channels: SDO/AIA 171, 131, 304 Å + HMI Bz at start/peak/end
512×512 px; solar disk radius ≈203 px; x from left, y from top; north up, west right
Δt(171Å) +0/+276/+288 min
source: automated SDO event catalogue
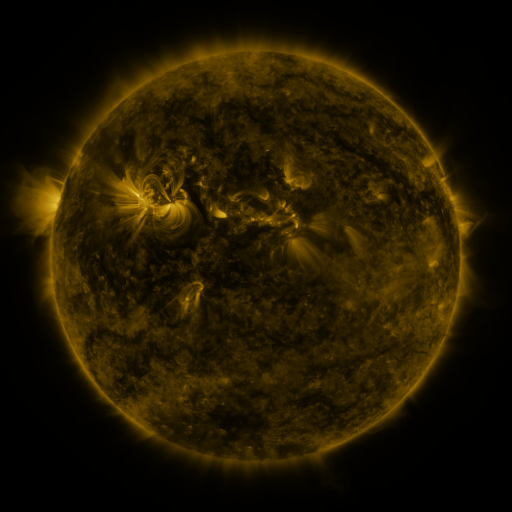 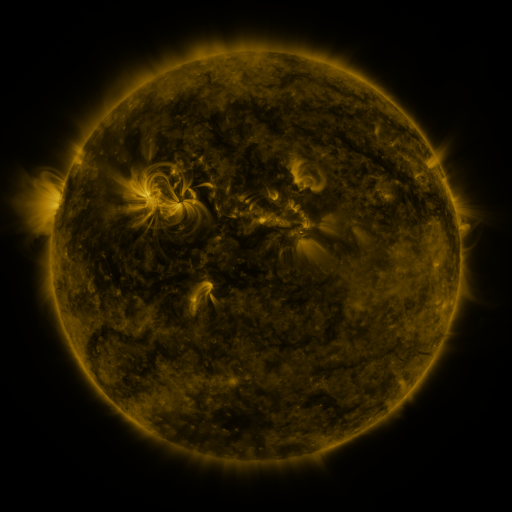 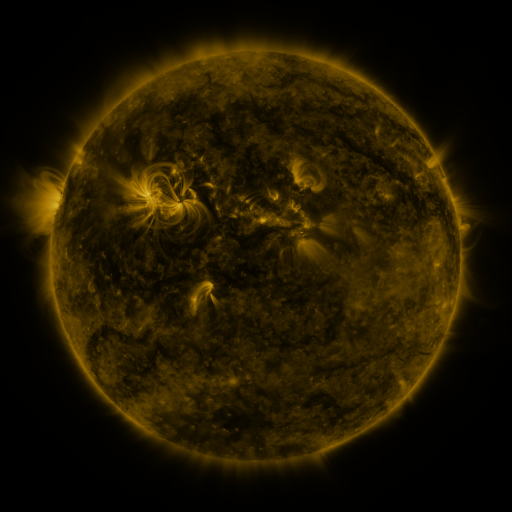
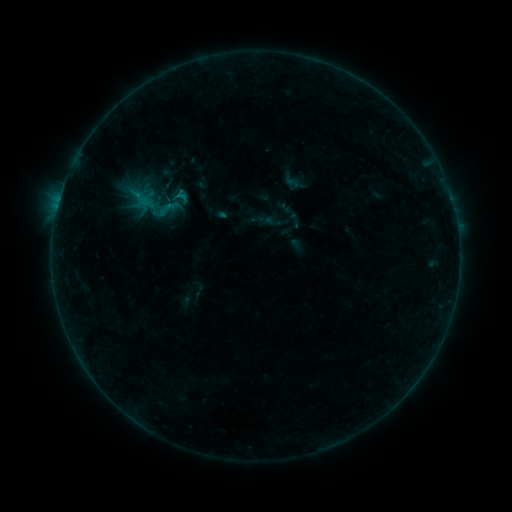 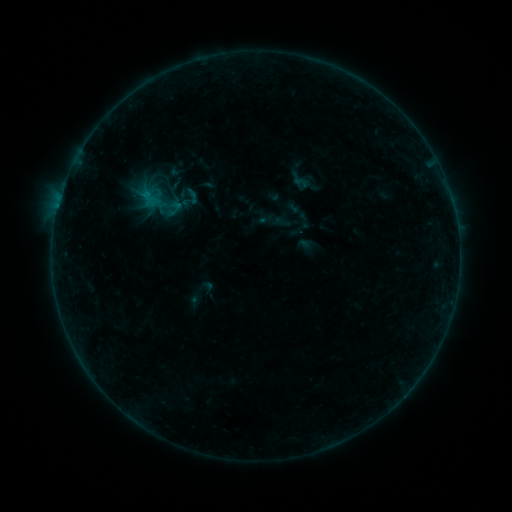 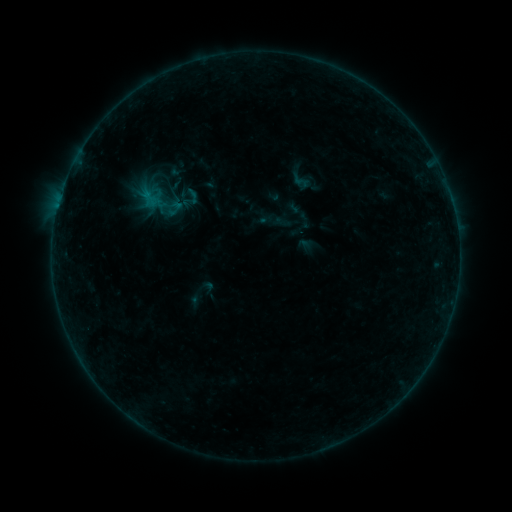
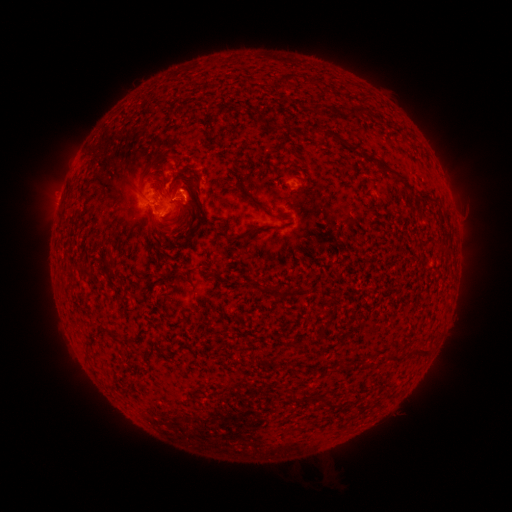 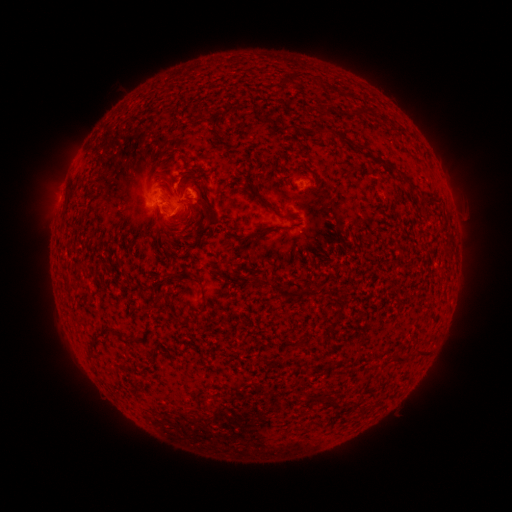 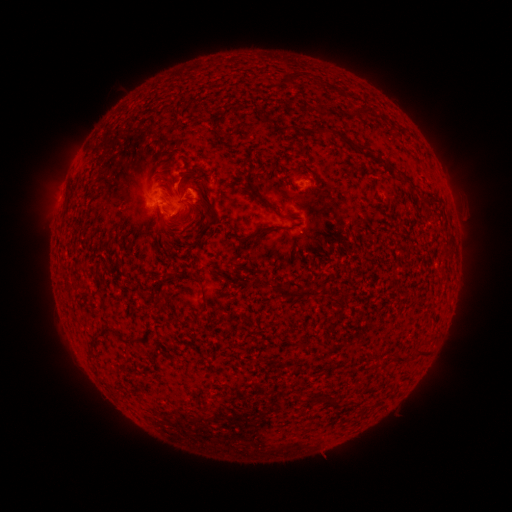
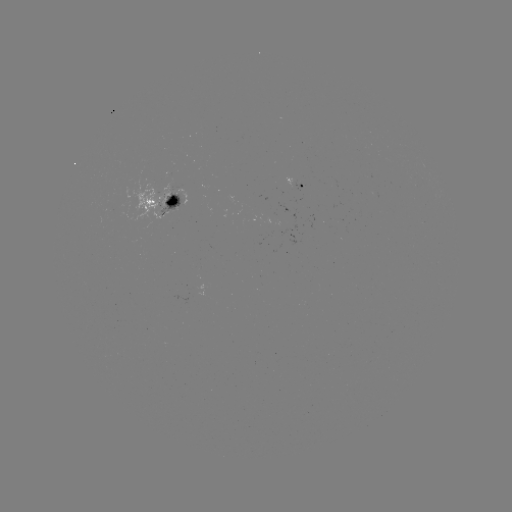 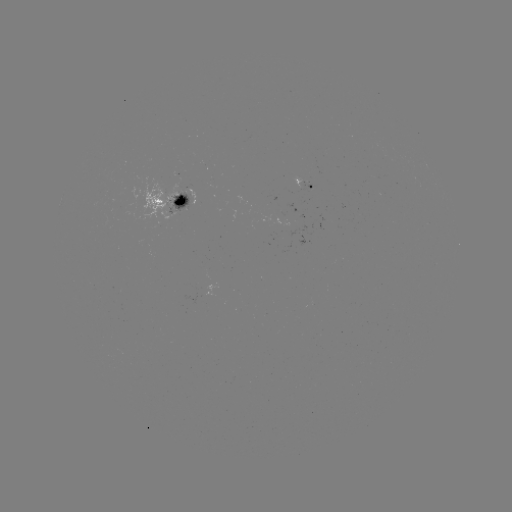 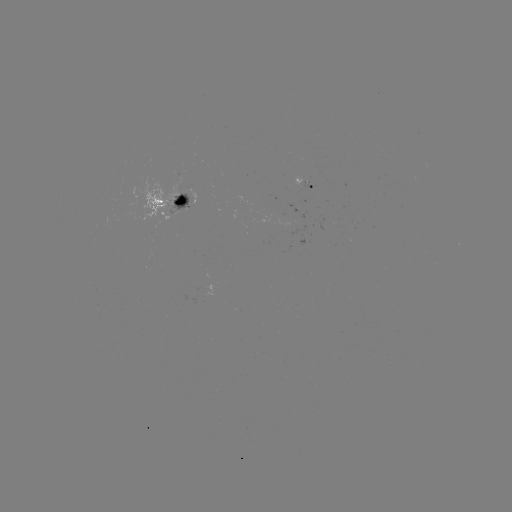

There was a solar emerging-flux region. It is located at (180, 197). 